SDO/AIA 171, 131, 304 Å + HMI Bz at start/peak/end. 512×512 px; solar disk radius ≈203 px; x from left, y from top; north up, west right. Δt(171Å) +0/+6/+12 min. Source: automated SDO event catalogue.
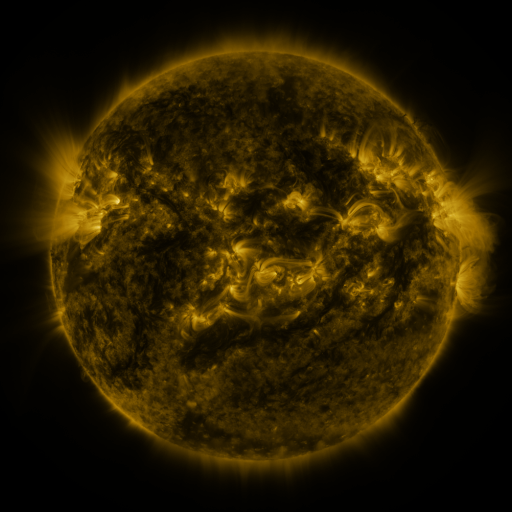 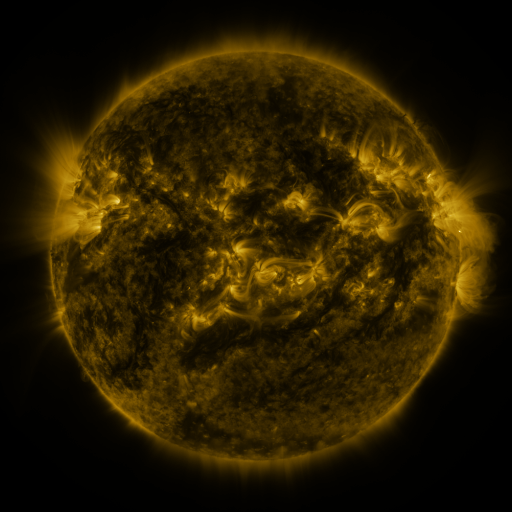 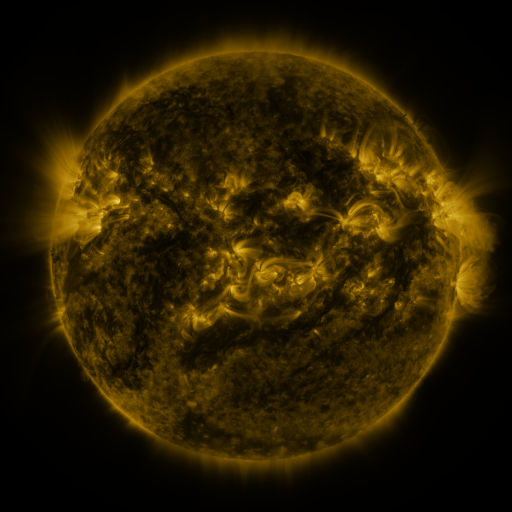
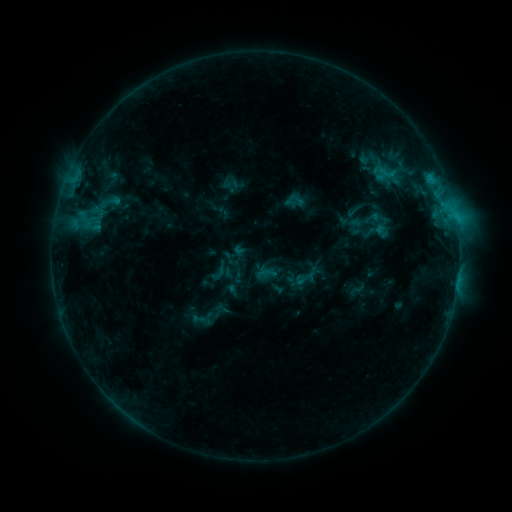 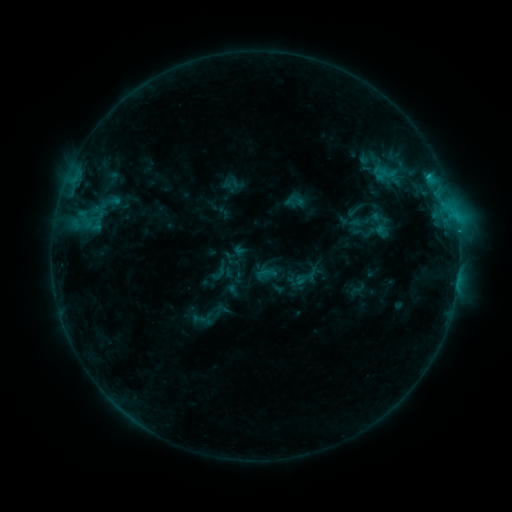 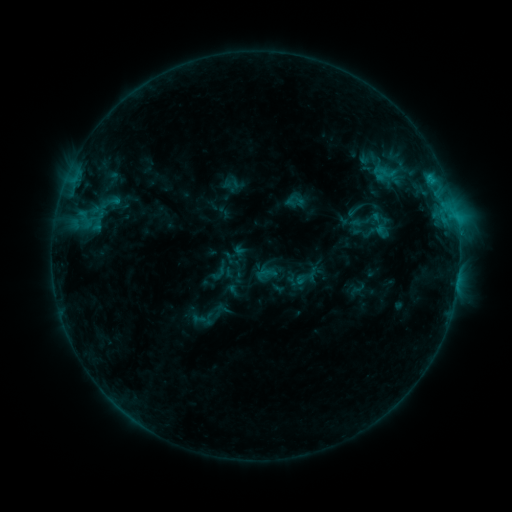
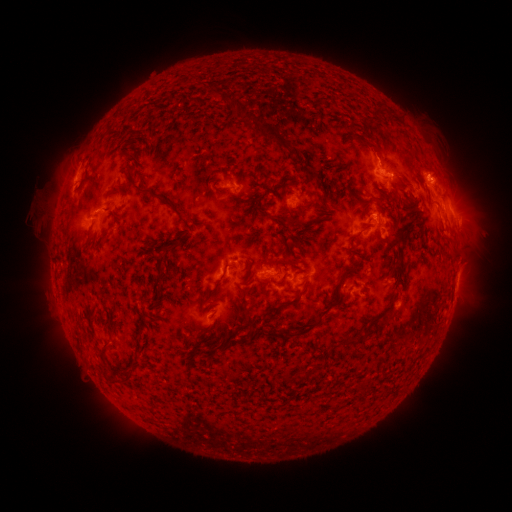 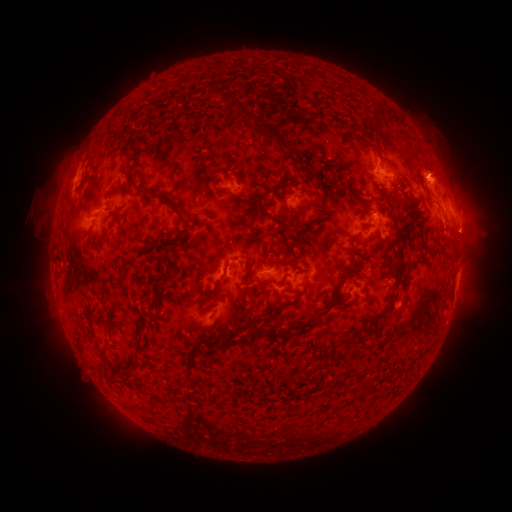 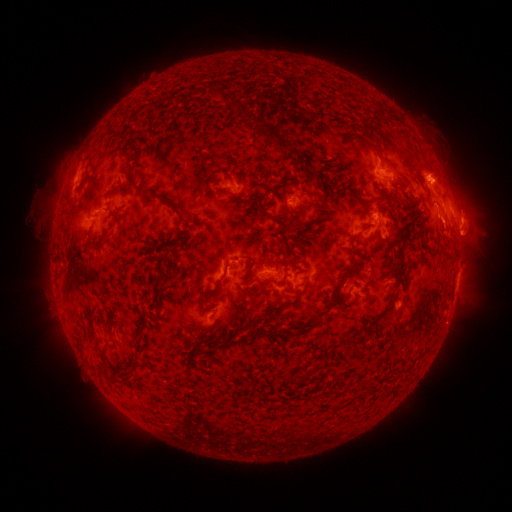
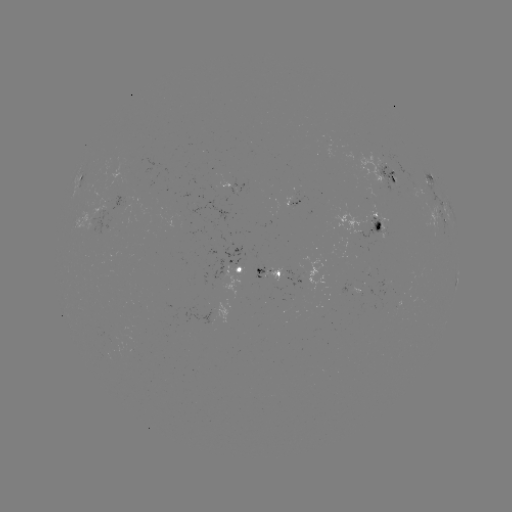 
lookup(eruption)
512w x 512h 471,227